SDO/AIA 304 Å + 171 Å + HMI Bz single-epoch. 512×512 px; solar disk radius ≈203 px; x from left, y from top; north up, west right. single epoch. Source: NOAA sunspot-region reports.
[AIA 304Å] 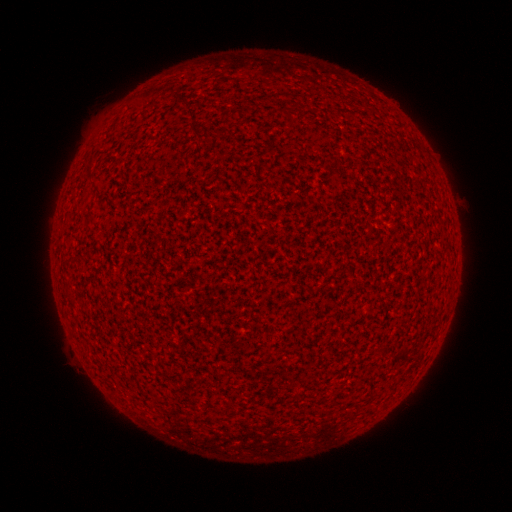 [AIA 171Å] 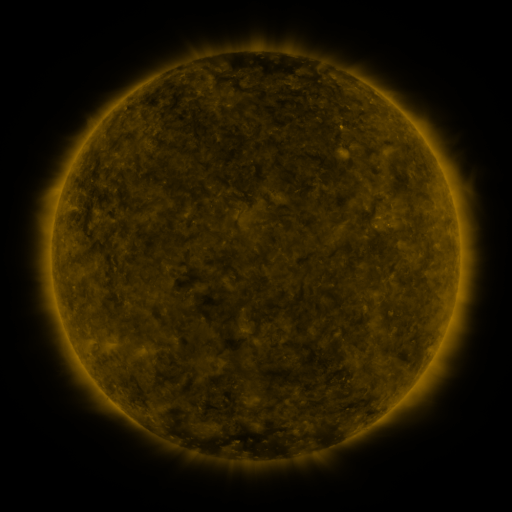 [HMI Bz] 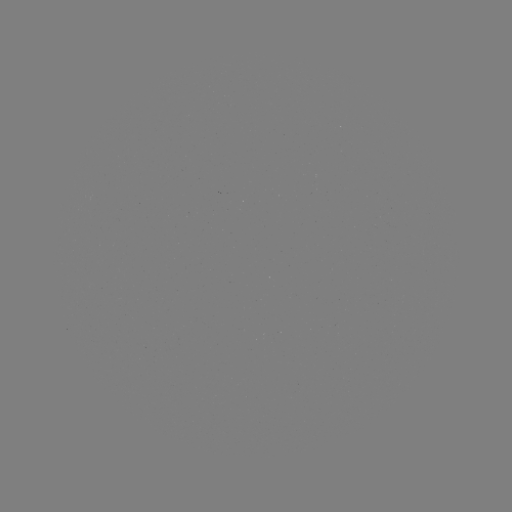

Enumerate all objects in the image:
(none)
